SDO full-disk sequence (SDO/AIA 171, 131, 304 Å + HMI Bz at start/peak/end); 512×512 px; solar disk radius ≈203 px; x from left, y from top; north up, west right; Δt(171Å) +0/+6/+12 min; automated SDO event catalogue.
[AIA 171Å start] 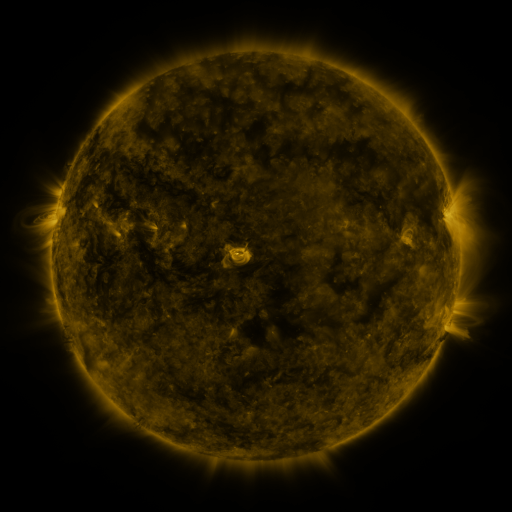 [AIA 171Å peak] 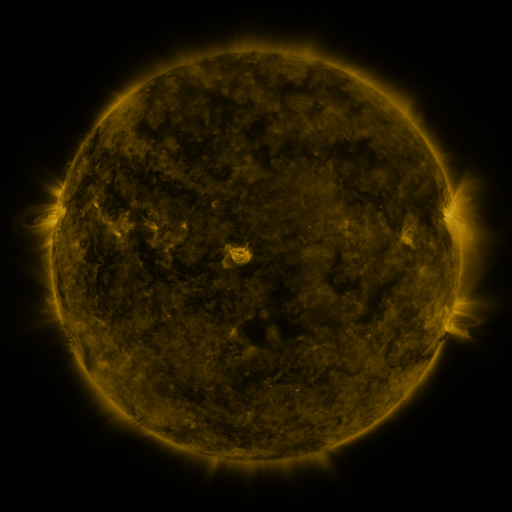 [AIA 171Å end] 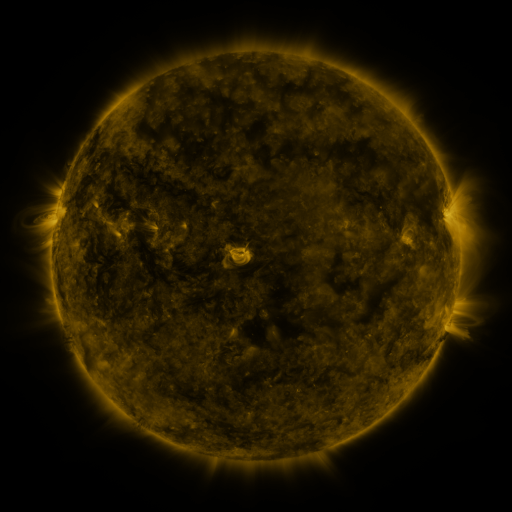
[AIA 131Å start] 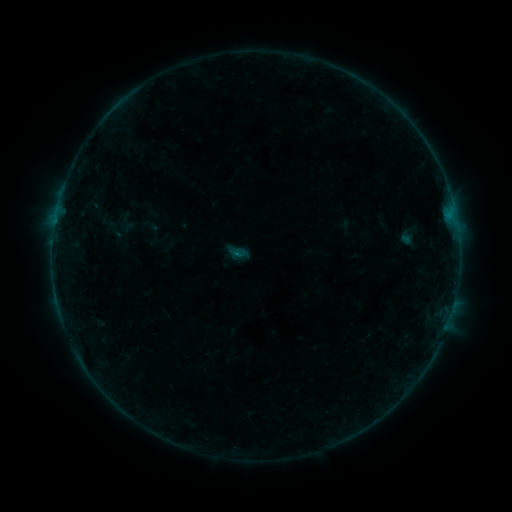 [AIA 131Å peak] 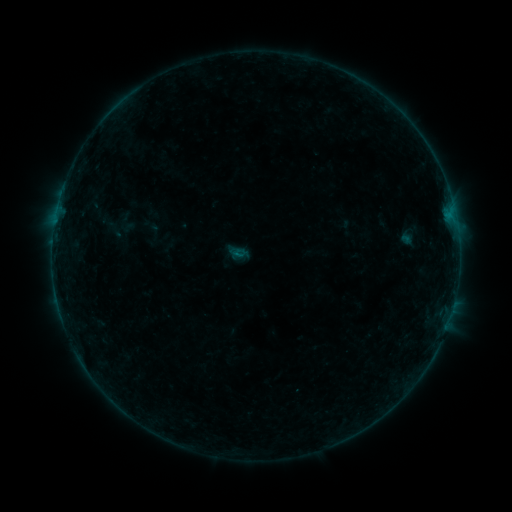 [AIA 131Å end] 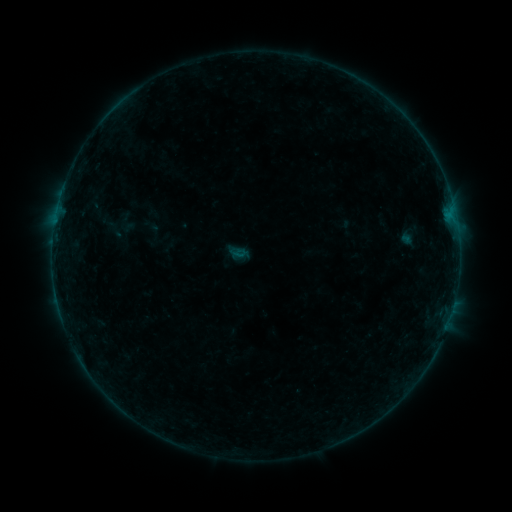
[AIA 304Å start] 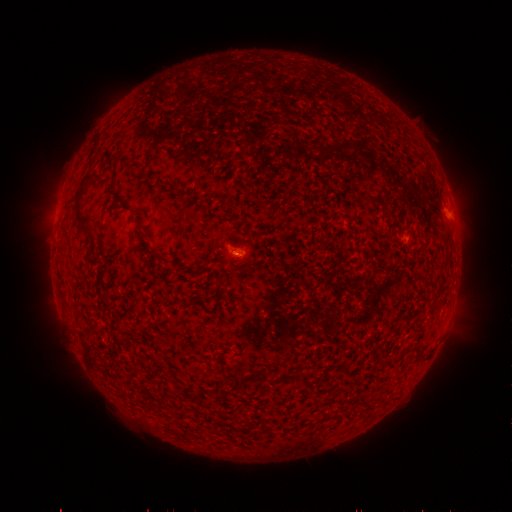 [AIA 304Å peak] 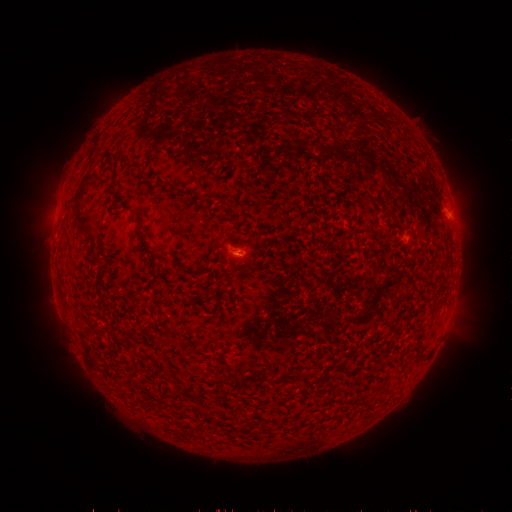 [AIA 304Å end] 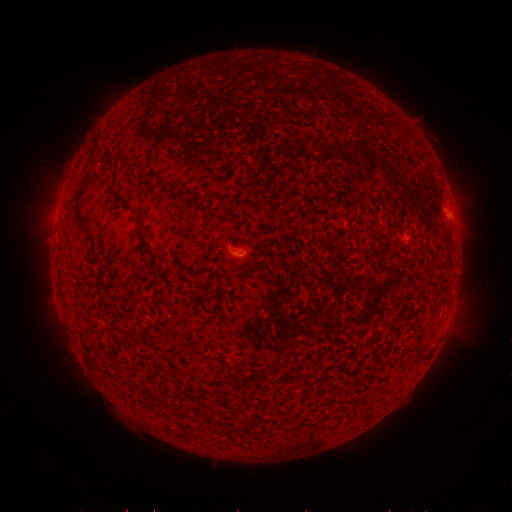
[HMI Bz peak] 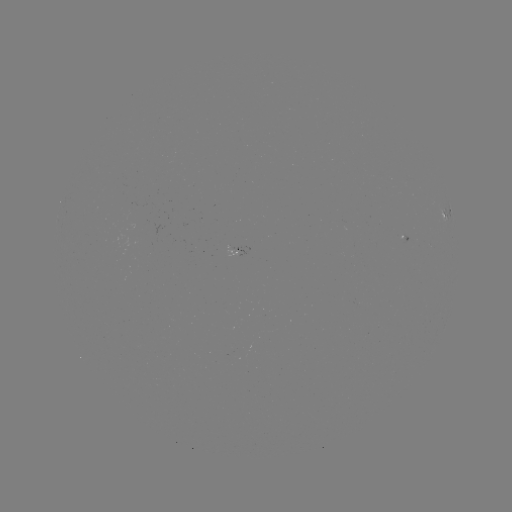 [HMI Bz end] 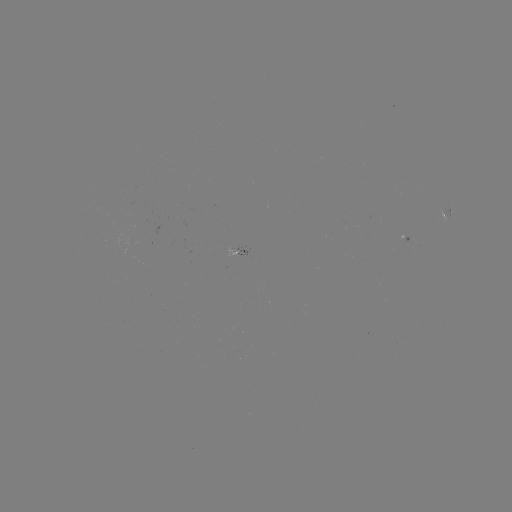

no catalogued flare and no flagged EUV brightening in this window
